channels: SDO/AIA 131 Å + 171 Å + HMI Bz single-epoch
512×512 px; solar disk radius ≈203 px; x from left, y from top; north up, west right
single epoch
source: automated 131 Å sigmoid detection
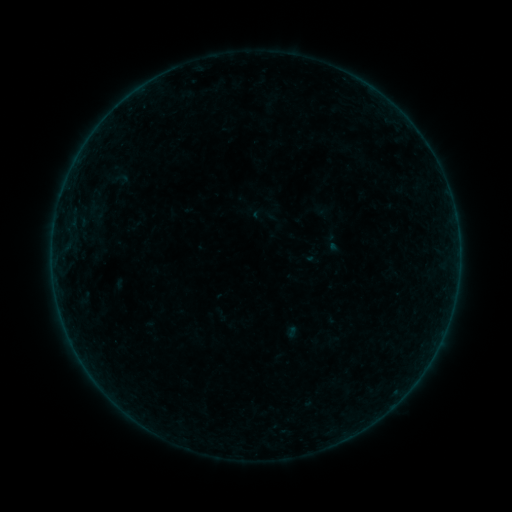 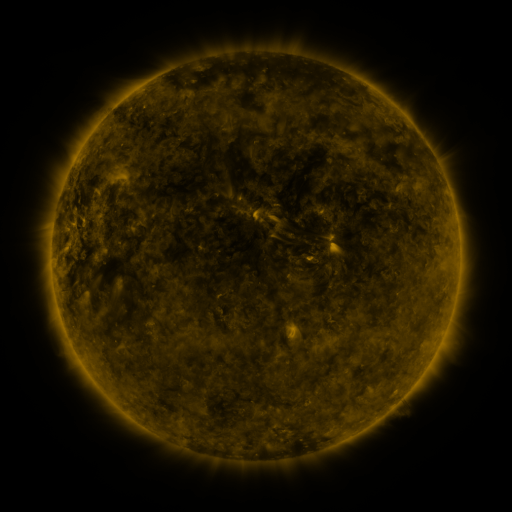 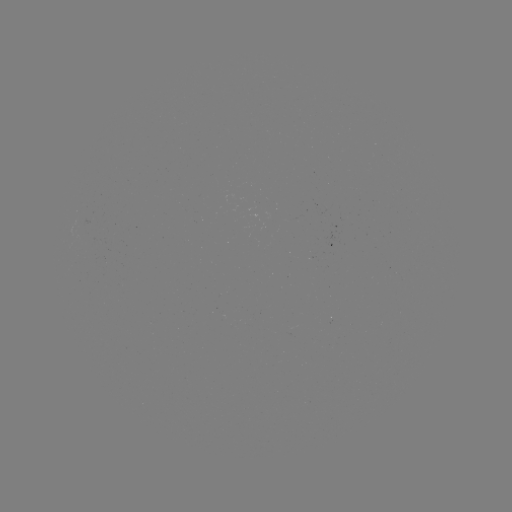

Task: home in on sigmoid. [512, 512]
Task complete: [118, 179].